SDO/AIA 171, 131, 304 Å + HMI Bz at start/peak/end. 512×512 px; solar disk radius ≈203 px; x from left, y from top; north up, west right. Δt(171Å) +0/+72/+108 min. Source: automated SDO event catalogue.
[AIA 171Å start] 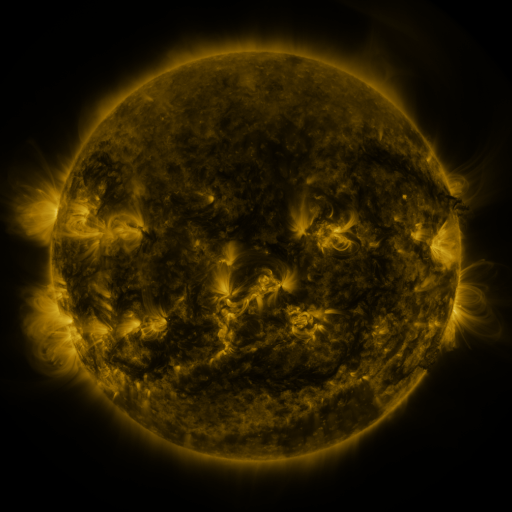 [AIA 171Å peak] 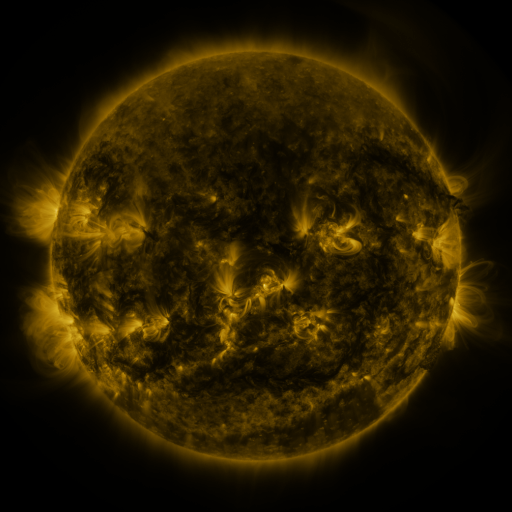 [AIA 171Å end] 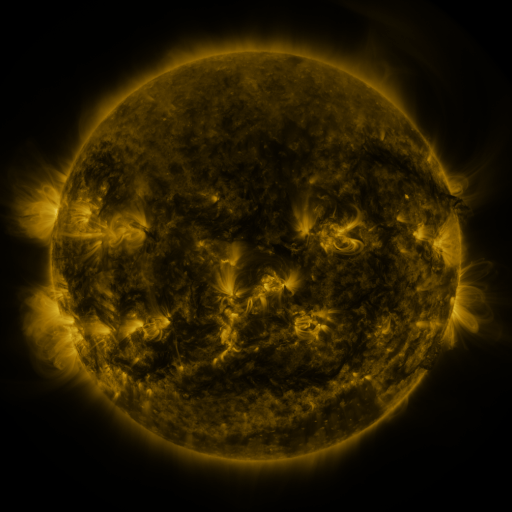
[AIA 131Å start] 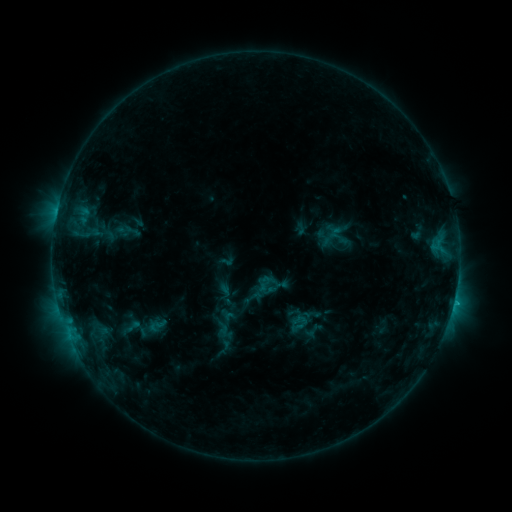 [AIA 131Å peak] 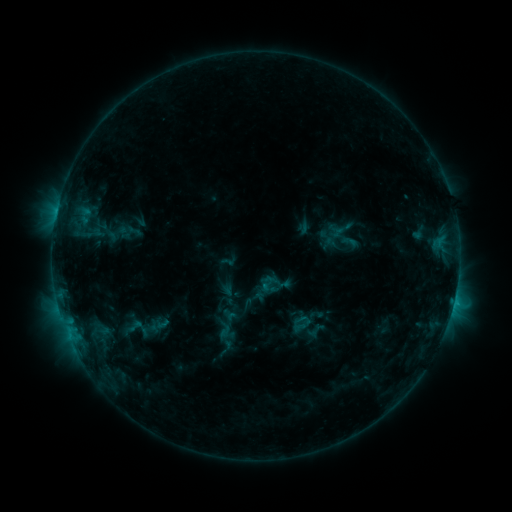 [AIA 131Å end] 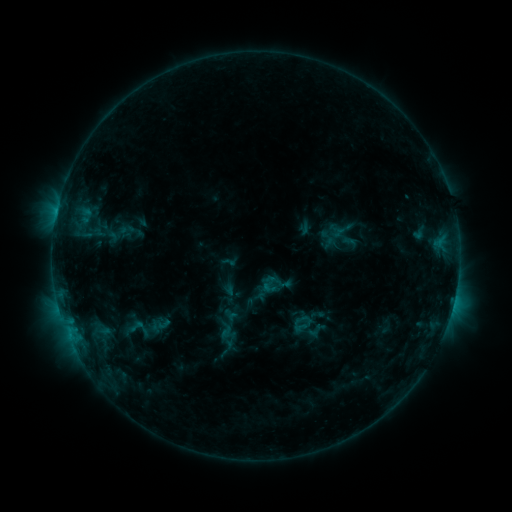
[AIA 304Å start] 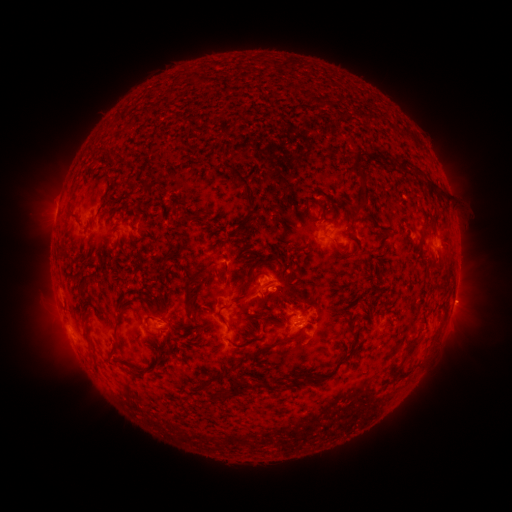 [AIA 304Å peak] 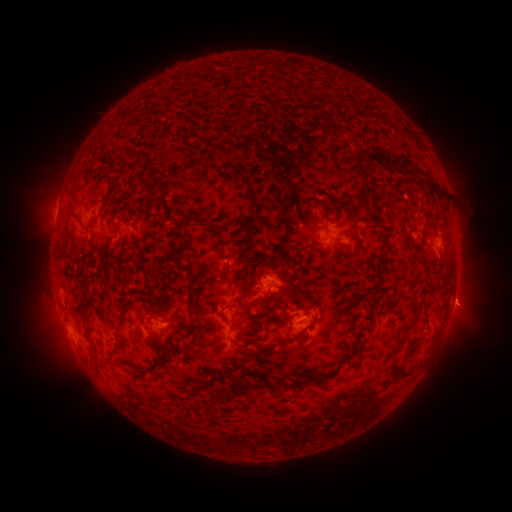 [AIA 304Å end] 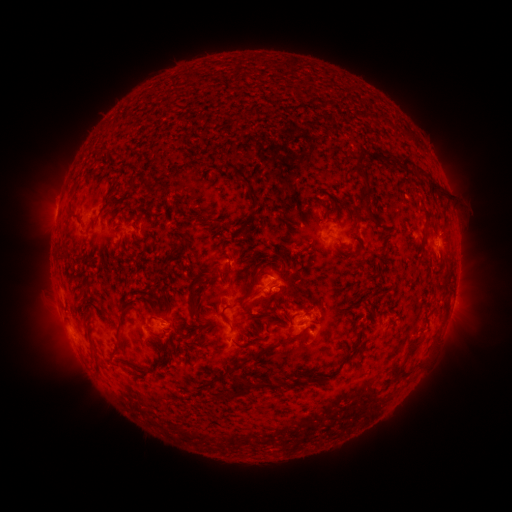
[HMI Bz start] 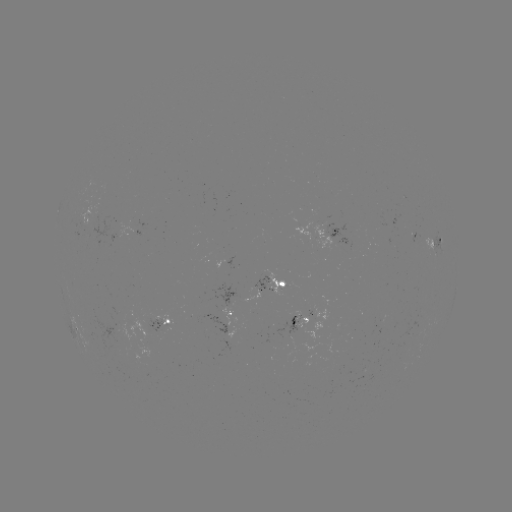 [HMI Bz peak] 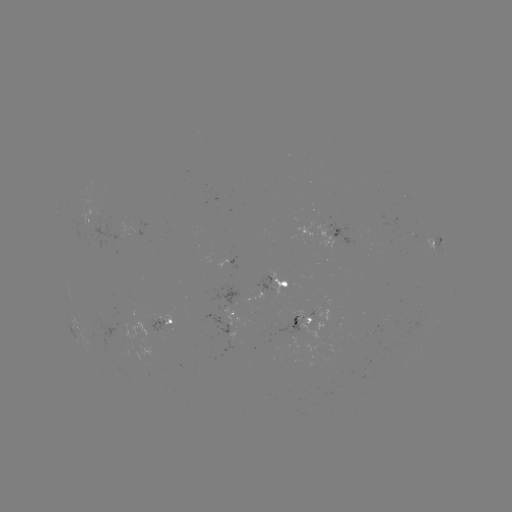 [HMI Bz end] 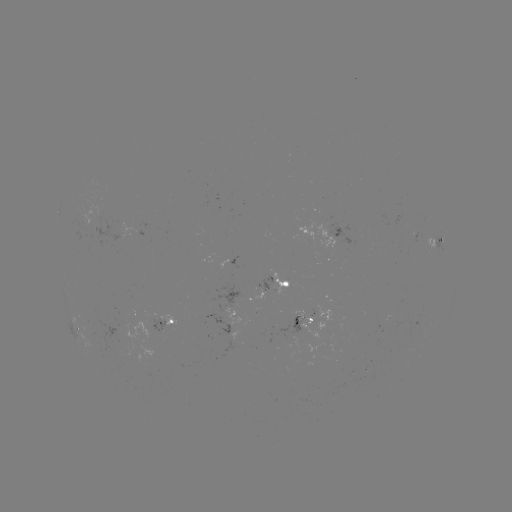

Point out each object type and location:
emerging-flux region: (364, 374)
